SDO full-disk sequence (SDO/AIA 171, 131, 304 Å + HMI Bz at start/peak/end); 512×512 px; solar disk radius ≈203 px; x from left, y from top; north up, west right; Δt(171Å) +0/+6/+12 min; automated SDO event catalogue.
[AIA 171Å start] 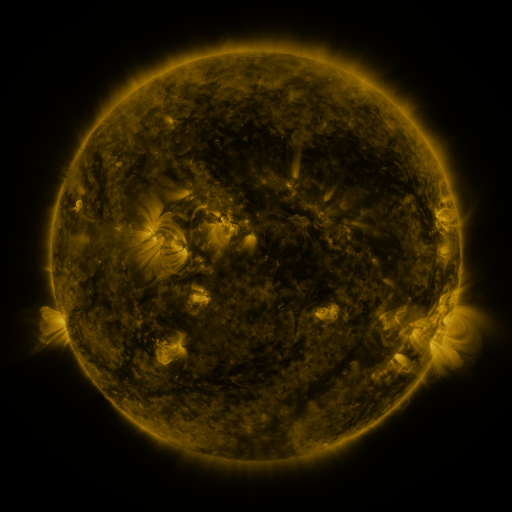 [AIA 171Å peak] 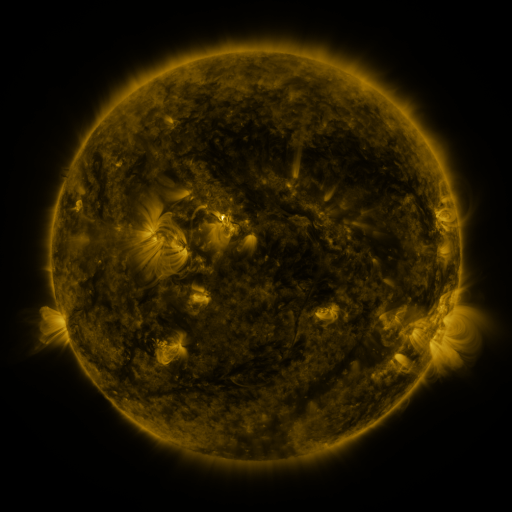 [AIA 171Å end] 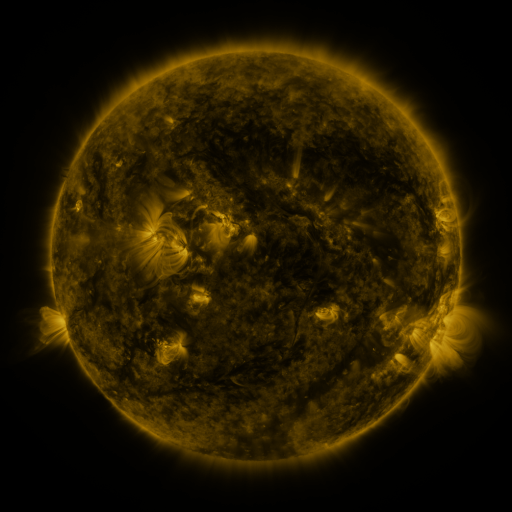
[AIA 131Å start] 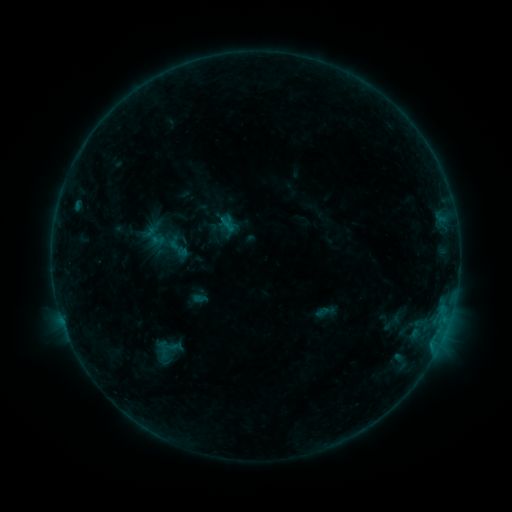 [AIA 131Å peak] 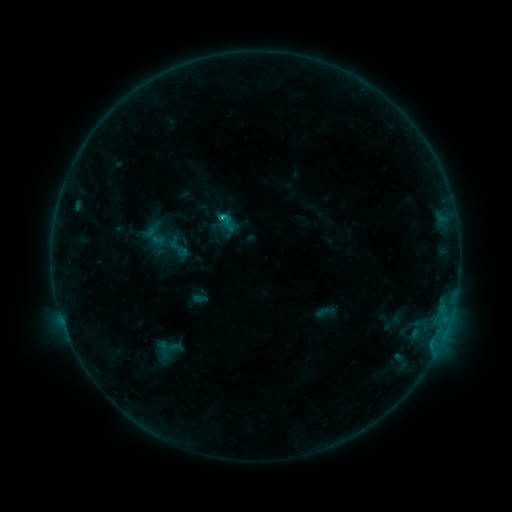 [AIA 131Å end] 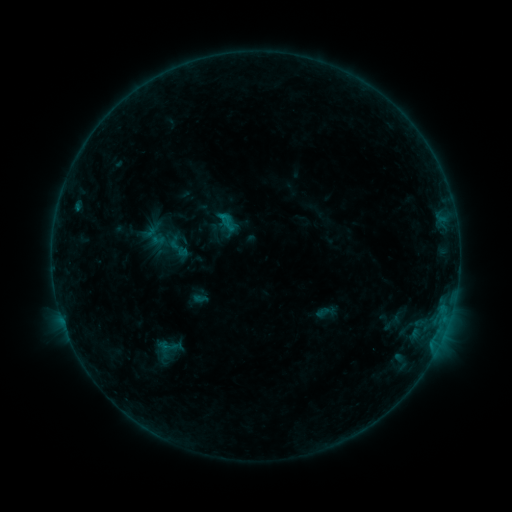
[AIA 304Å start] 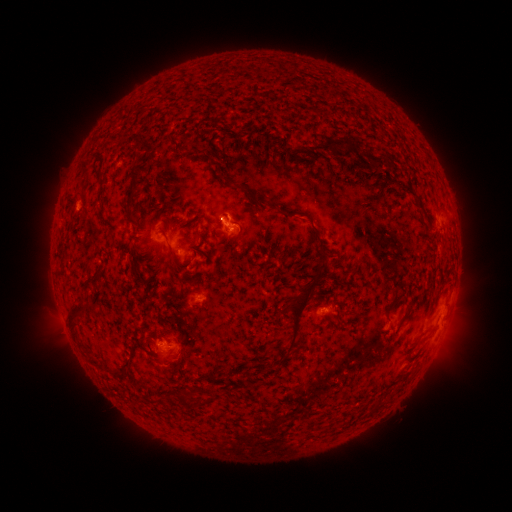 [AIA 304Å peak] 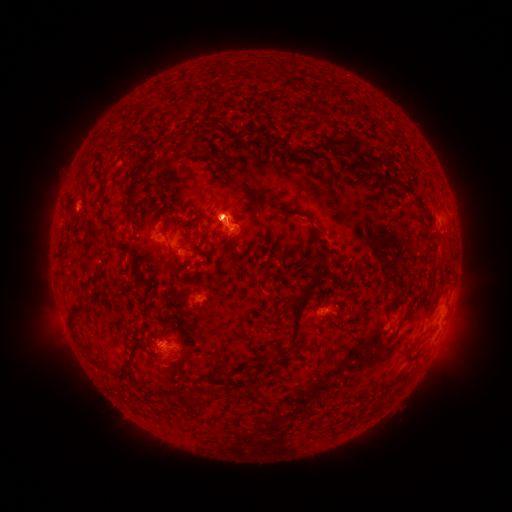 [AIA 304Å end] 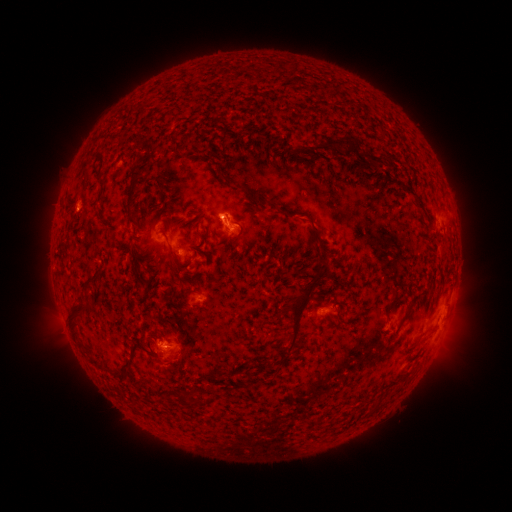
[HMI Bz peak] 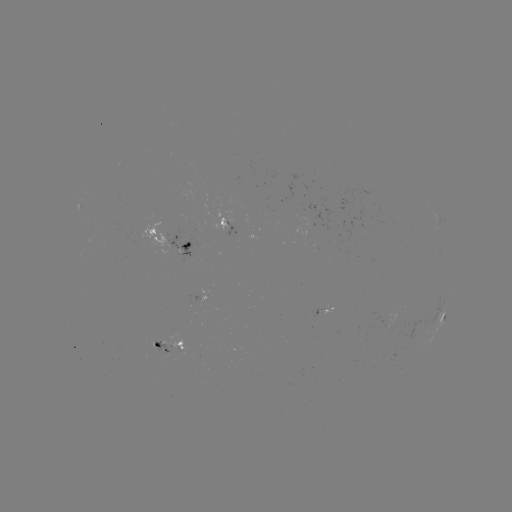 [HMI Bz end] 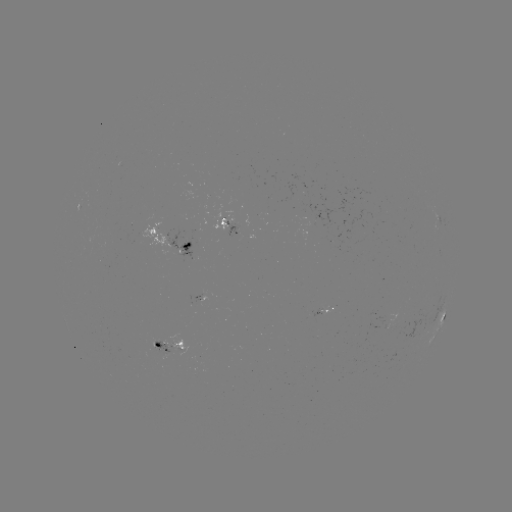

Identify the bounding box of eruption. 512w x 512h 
[187, 186, 256, 255].